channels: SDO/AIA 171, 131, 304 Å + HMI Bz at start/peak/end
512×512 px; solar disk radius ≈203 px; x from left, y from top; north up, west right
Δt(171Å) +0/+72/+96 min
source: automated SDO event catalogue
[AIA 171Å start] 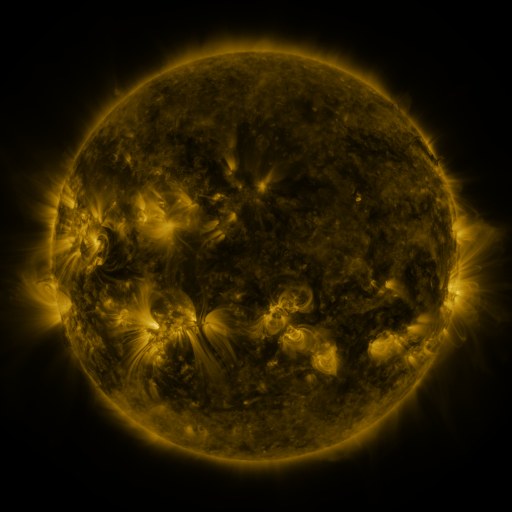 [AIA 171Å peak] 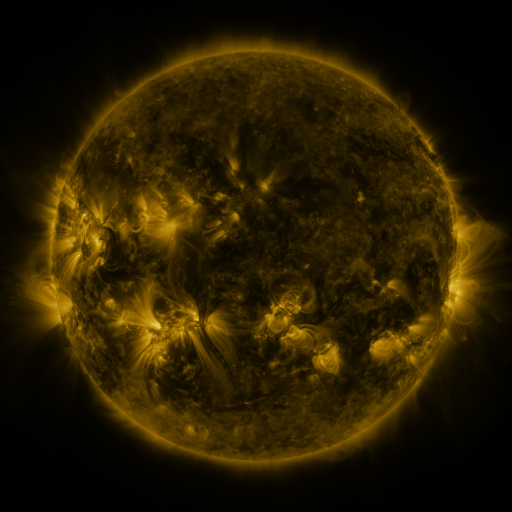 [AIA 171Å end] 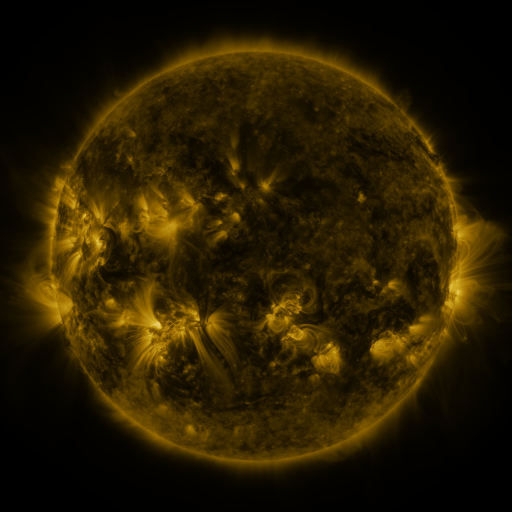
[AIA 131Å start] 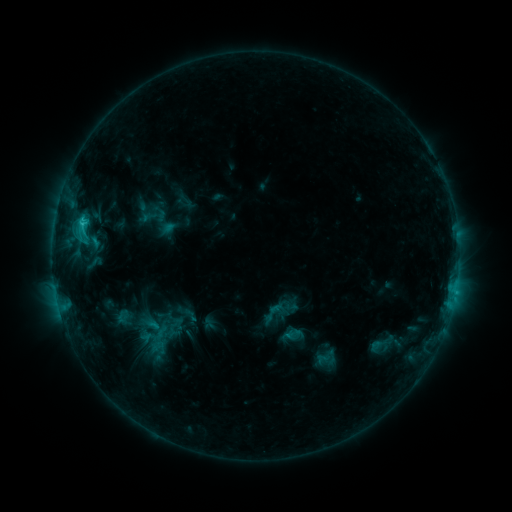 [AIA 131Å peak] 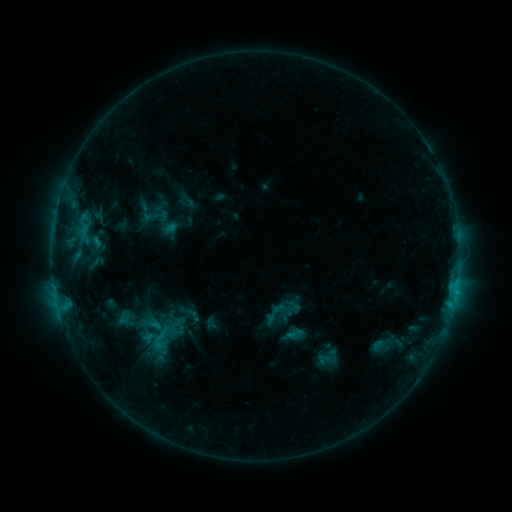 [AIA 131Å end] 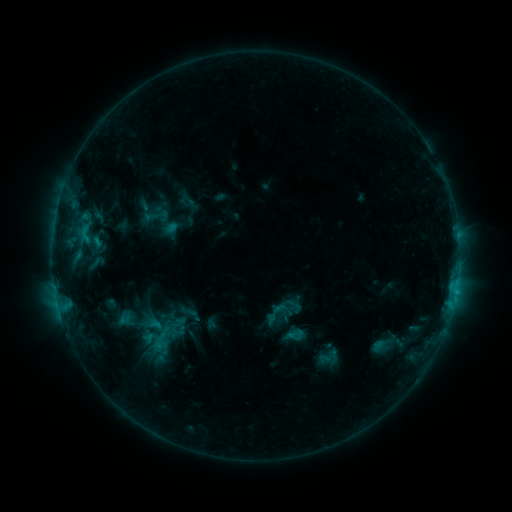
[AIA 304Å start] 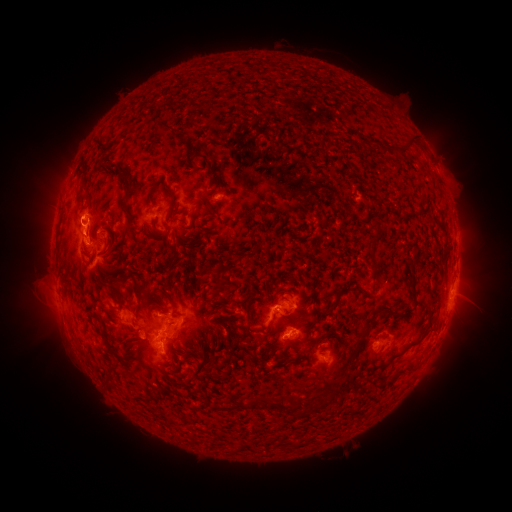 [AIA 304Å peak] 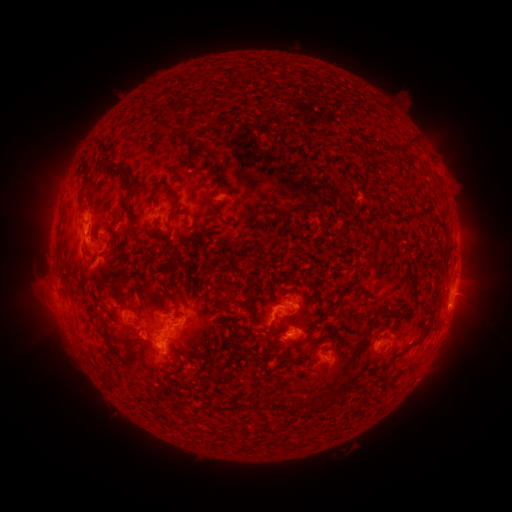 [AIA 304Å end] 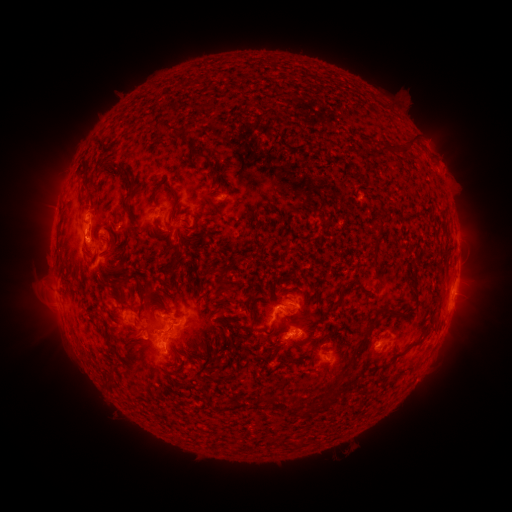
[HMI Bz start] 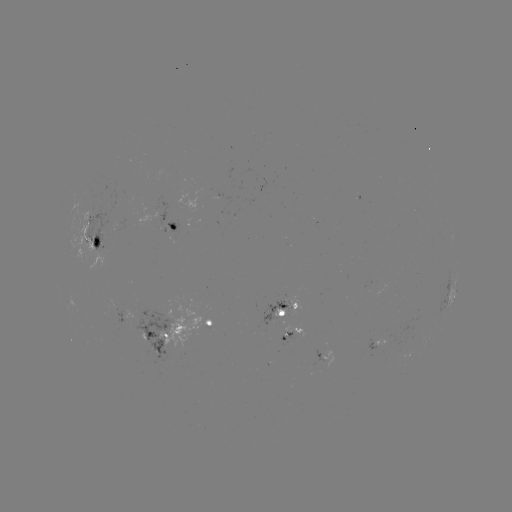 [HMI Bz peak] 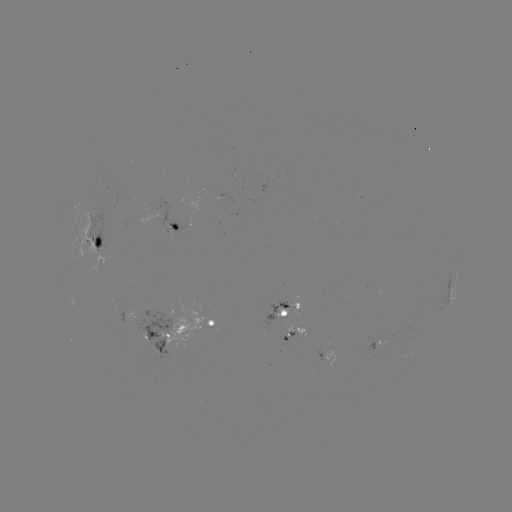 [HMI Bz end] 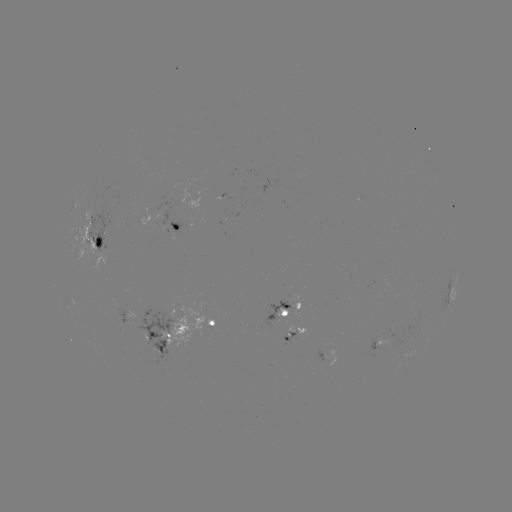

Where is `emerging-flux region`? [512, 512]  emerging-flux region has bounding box [374, 339, 387, 347].